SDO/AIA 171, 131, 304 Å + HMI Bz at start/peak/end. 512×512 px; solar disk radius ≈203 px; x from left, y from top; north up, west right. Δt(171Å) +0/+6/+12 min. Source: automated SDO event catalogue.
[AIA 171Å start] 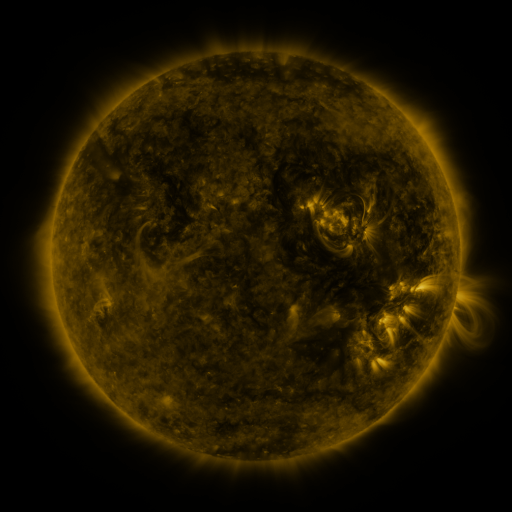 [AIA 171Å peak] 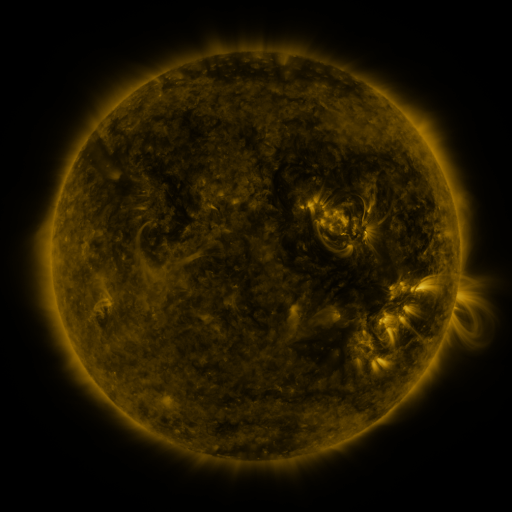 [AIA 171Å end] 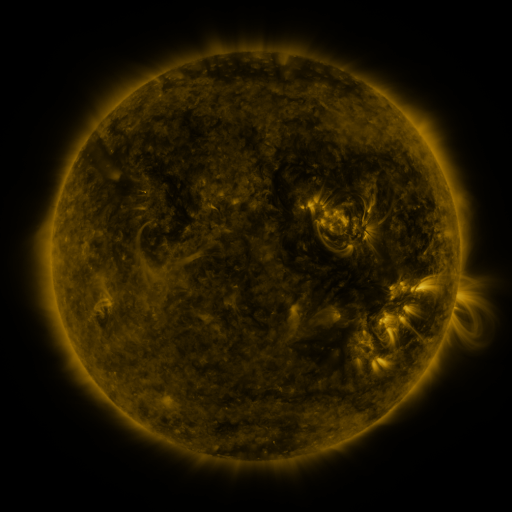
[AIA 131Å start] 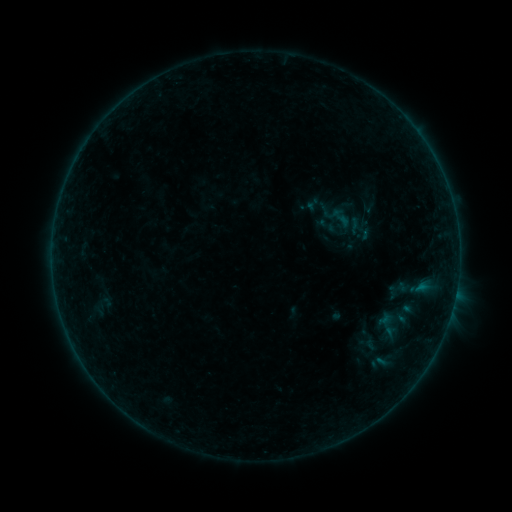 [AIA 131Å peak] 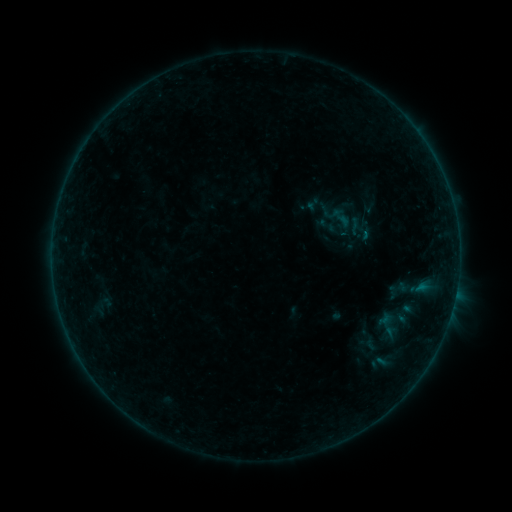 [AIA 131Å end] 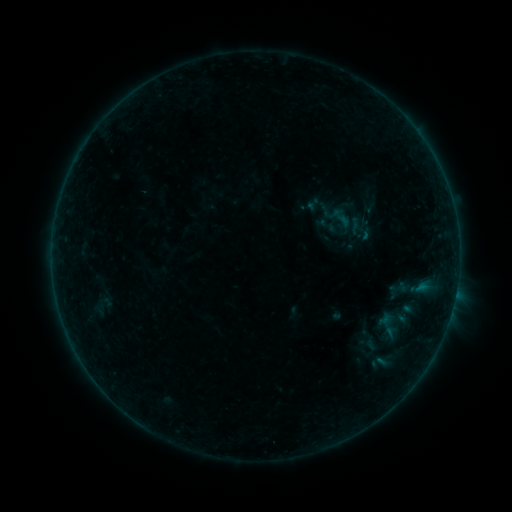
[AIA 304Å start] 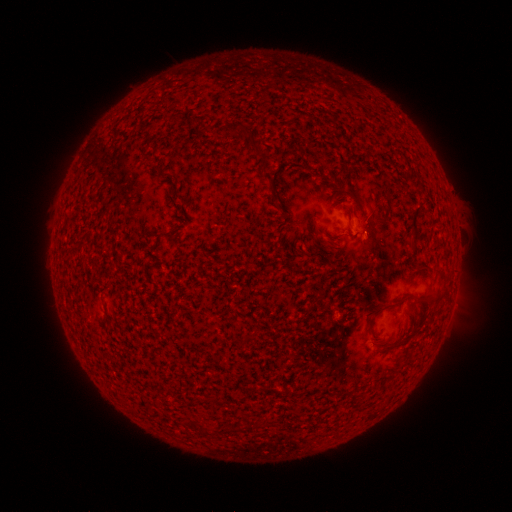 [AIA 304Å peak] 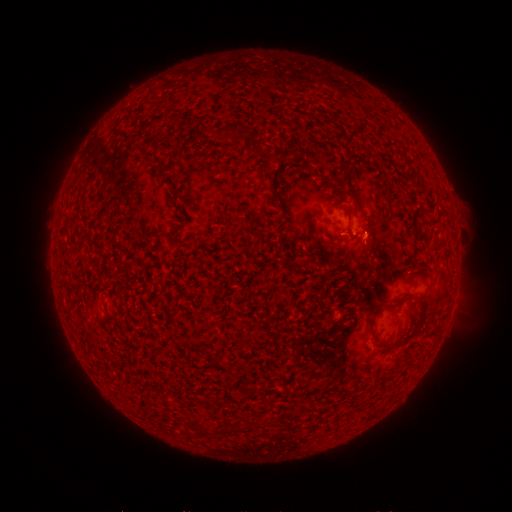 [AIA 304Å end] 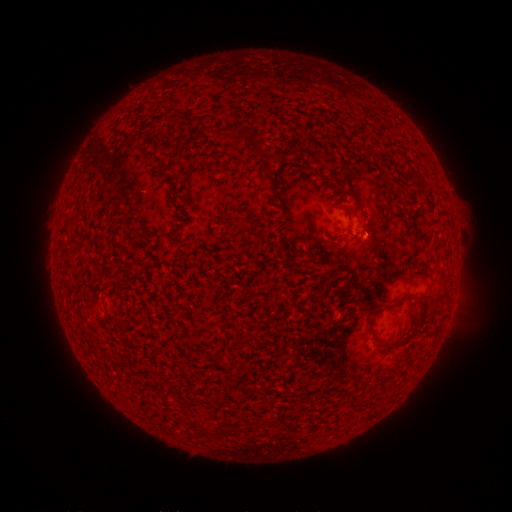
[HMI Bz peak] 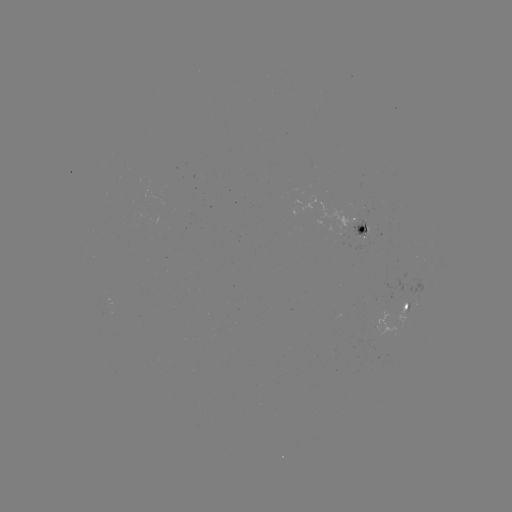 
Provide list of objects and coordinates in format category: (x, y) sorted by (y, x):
B1.7 flare: (365, 236)
